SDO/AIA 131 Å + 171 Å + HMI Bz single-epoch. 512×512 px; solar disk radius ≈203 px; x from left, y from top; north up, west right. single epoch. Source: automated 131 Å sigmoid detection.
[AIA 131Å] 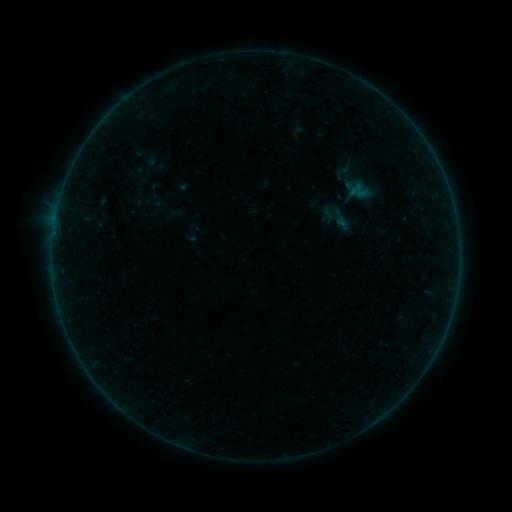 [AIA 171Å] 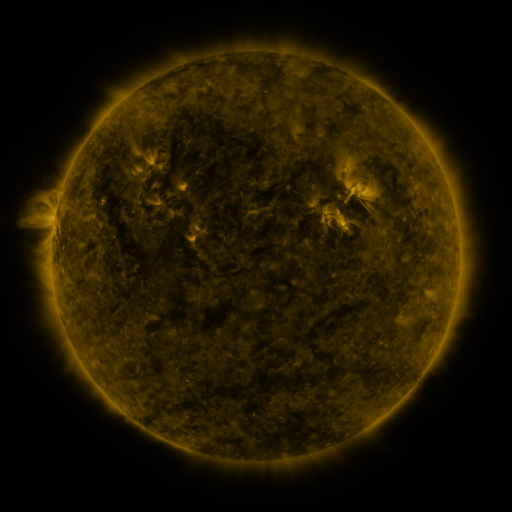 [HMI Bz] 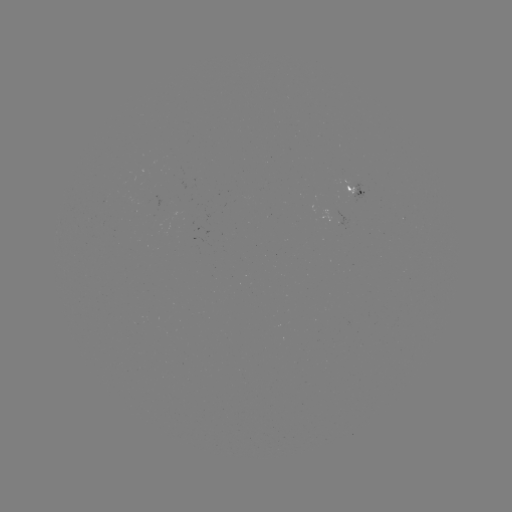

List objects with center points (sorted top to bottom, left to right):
sigmoid: [317, 198, 354, 236]
